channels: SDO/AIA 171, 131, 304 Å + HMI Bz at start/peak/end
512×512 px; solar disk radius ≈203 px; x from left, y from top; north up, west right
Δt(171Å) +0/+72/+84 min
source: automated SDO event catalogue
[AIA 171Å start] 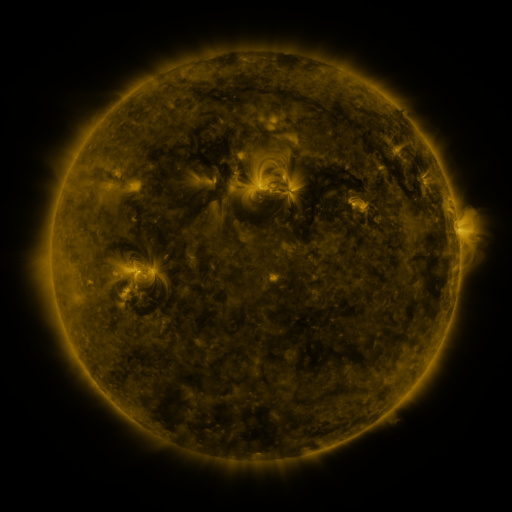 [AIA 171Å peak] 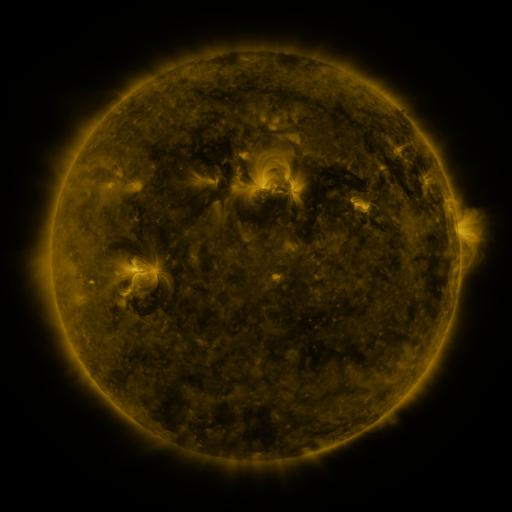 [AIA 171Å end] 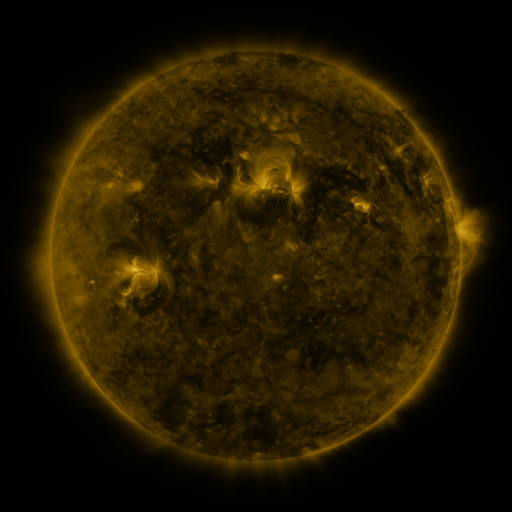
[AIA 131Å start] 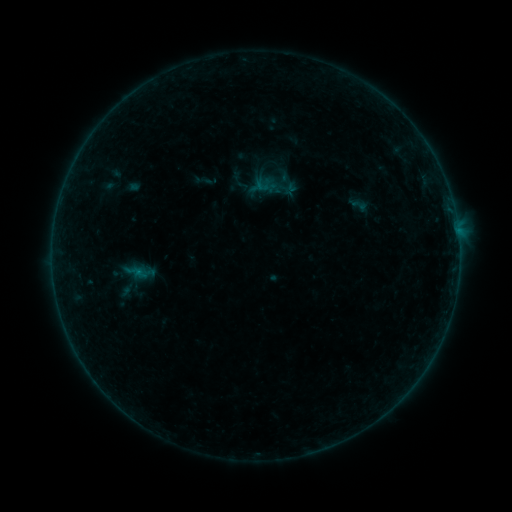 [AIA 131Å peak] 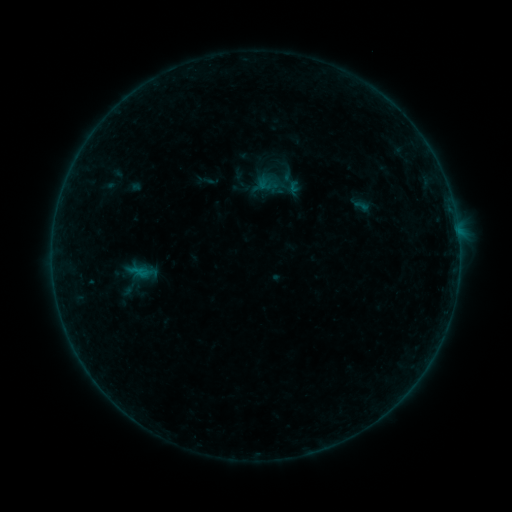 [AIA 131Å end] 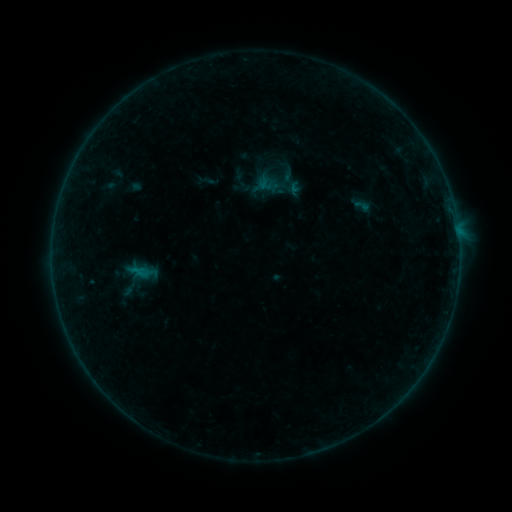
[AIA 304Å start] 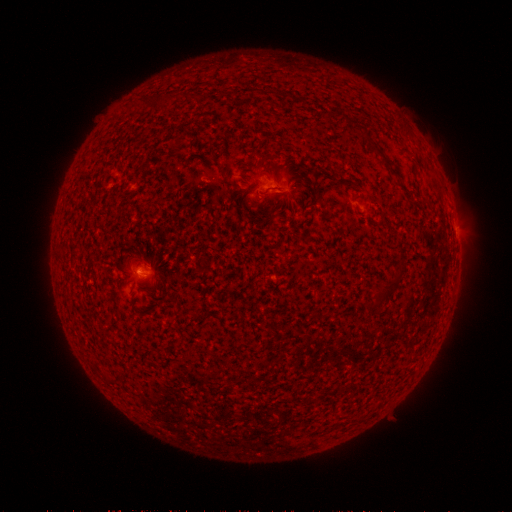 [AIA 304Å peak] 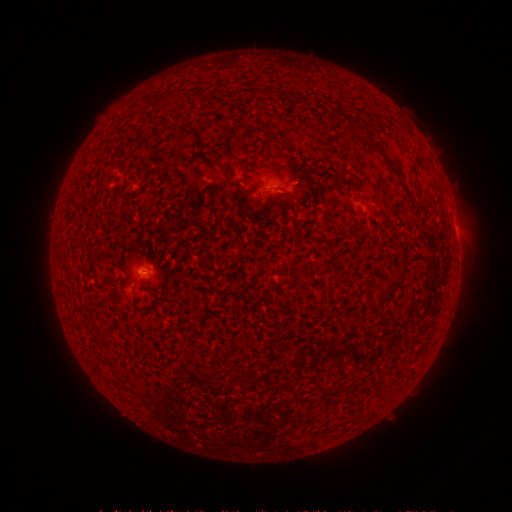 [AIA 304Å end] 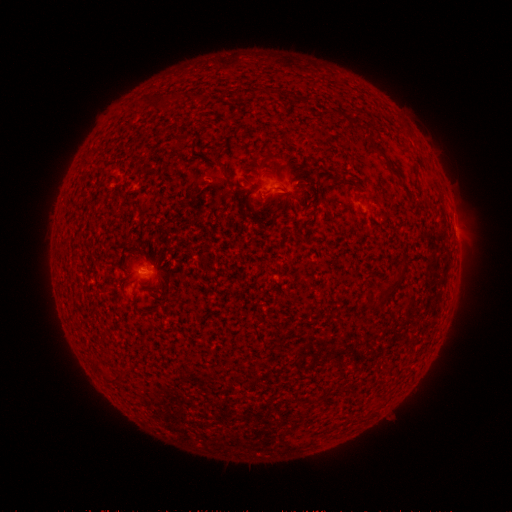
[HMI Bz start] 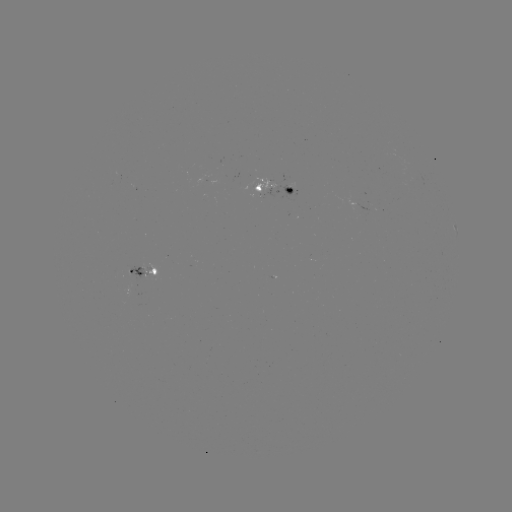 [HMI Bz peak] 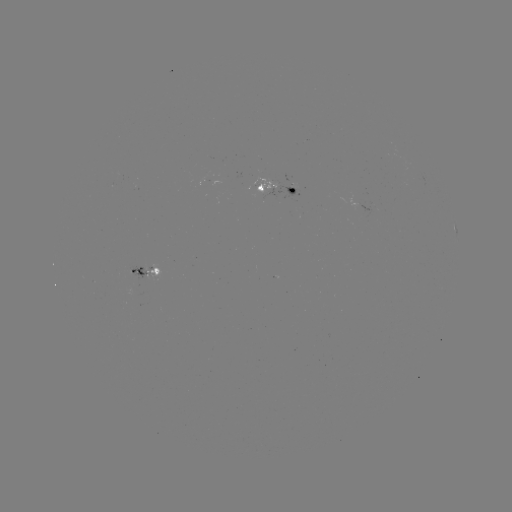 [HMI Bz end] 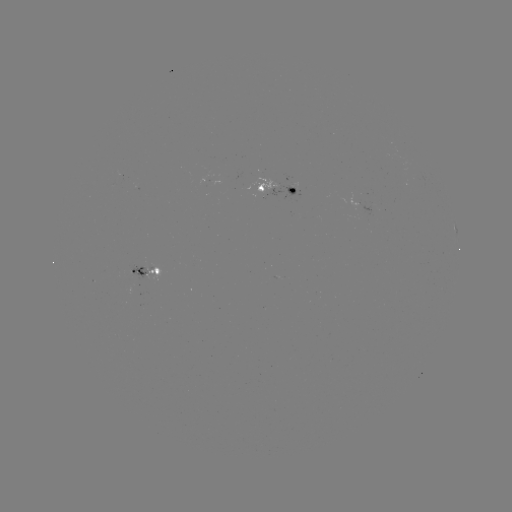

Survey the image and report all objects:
emerging-flux region: (143, 274)
